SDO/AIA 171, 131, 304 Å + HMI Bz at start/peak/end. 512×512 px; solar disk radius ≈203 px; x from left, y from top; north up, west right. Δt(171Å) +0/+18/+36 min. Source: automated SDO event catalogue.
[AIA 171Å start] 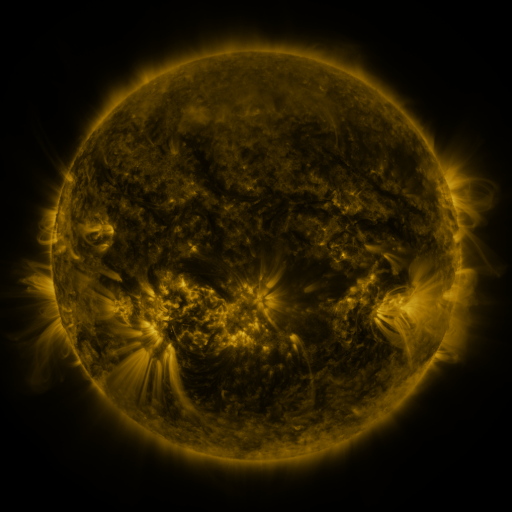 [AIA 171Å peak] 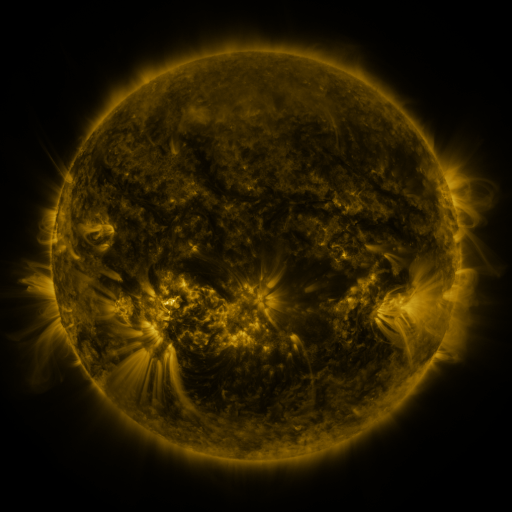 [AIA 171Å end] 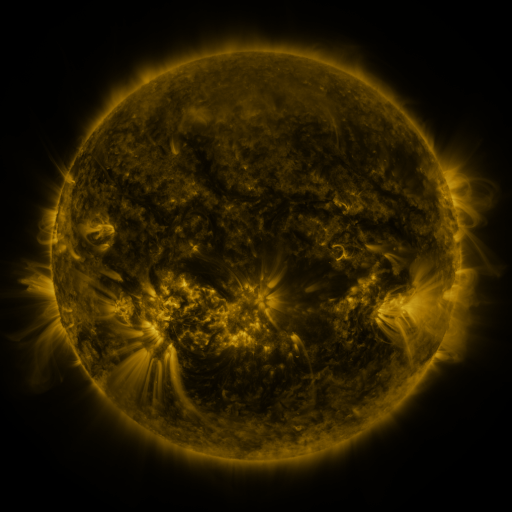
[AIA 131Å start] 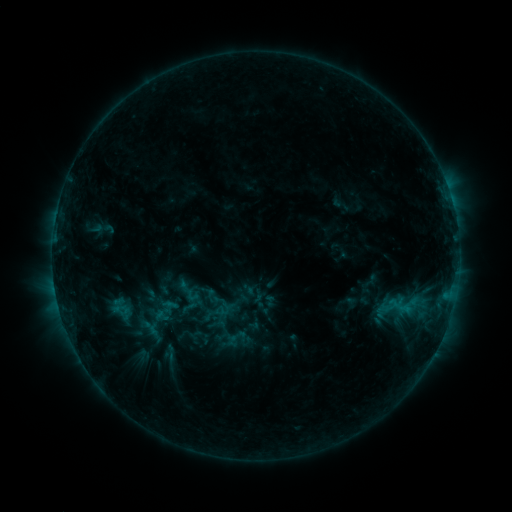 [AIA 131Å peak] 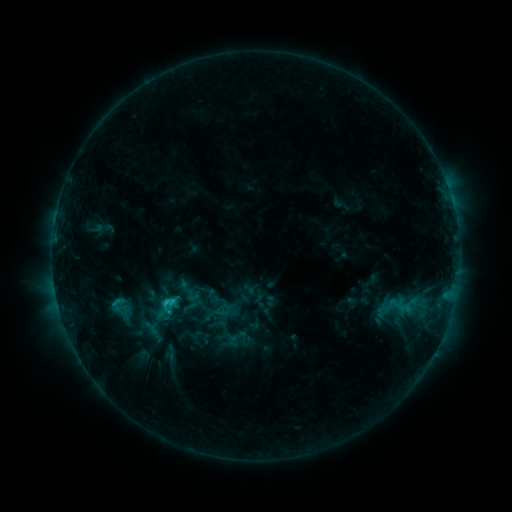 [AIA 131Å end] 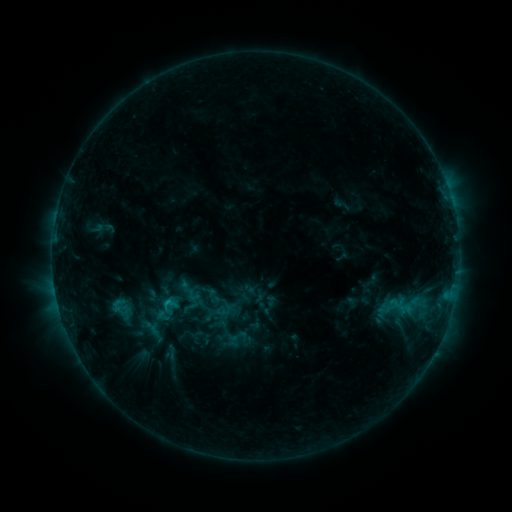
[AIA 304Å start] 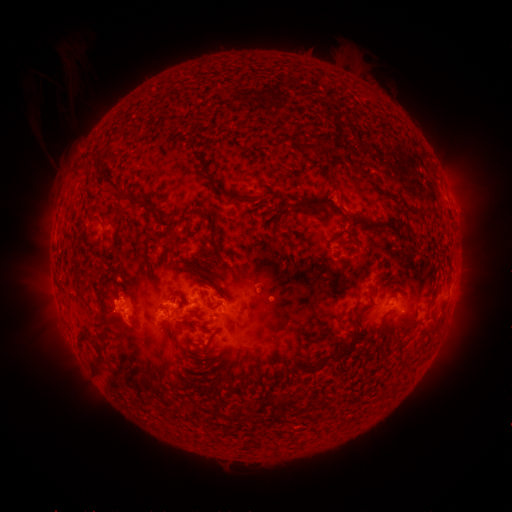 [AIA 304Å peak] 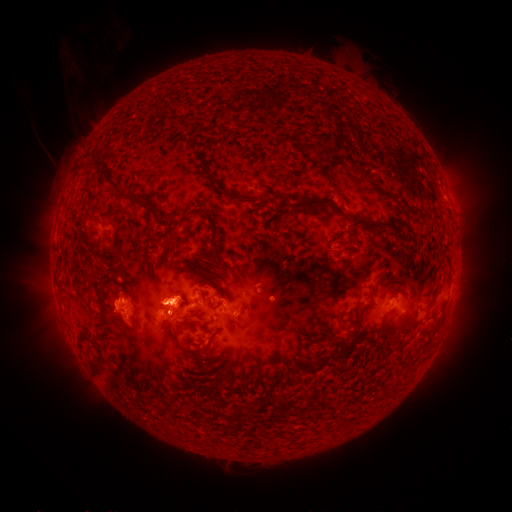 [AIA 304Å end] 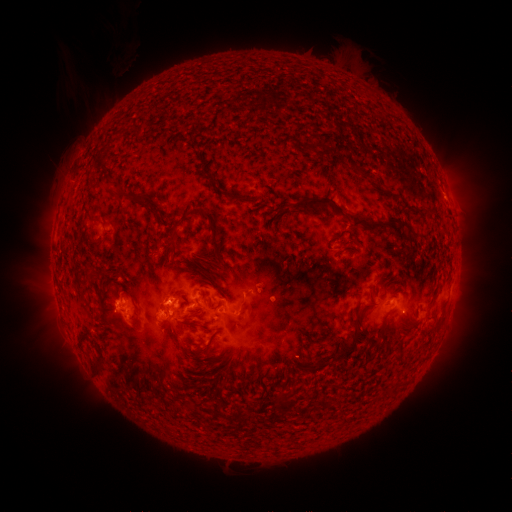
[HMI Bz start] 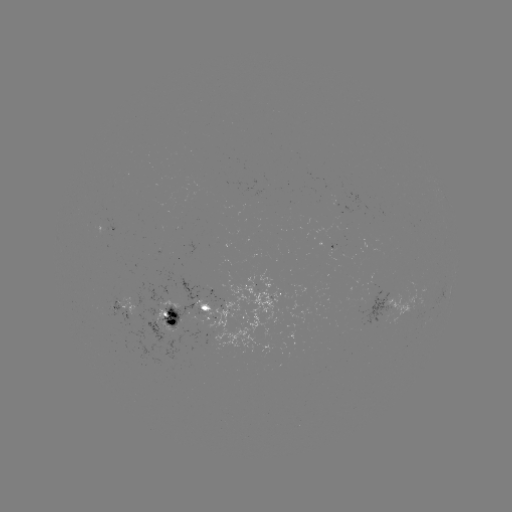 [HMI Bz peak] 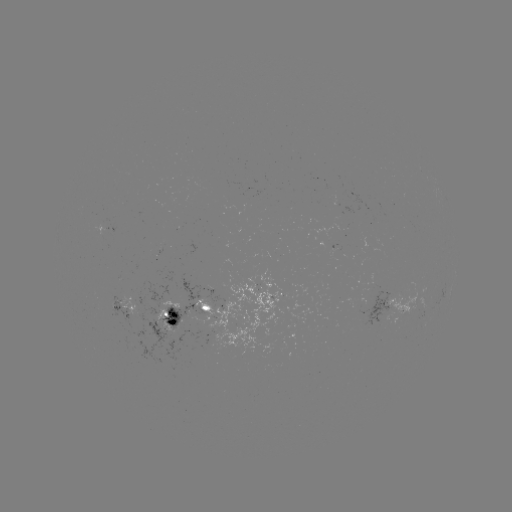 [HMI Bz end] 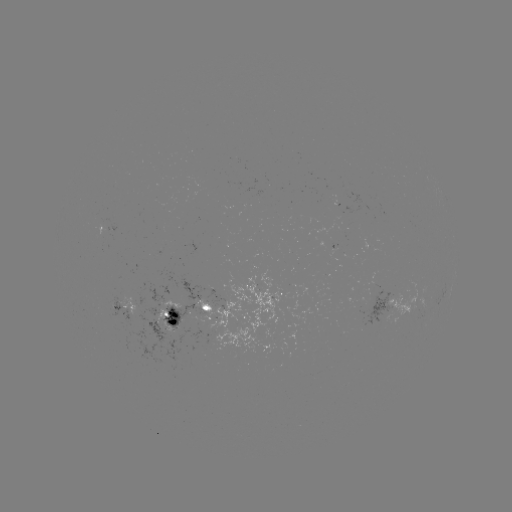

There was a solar flare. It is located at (167, 299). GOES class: C1.8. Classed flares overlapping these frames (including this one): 1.